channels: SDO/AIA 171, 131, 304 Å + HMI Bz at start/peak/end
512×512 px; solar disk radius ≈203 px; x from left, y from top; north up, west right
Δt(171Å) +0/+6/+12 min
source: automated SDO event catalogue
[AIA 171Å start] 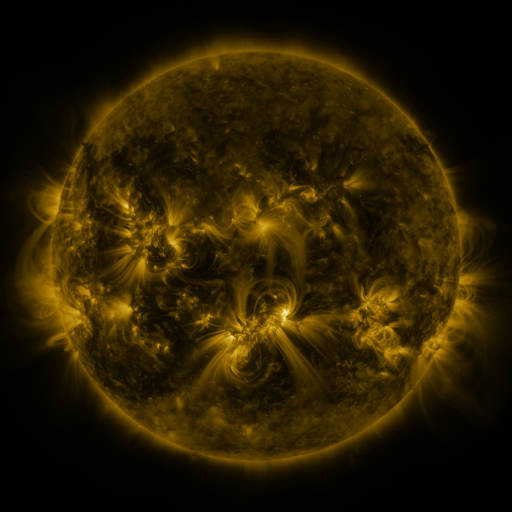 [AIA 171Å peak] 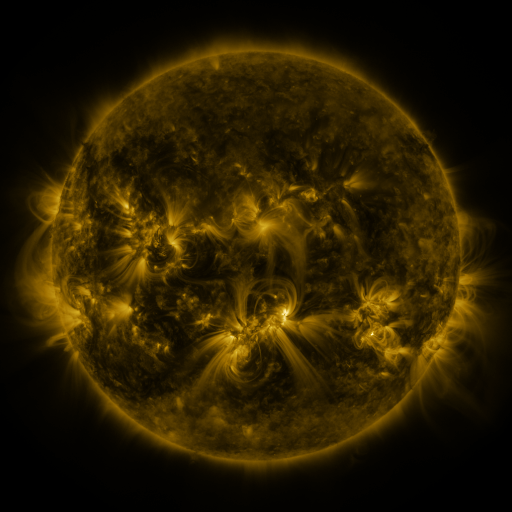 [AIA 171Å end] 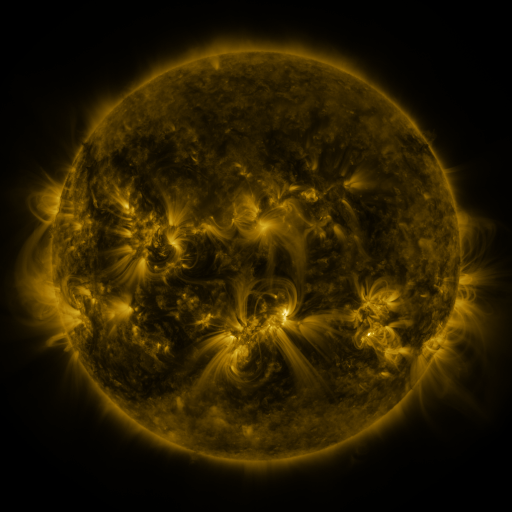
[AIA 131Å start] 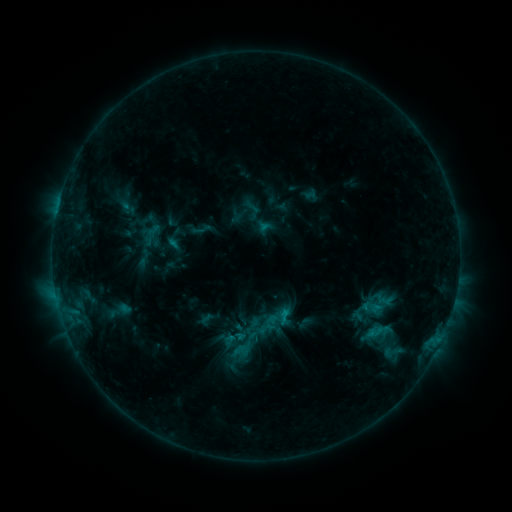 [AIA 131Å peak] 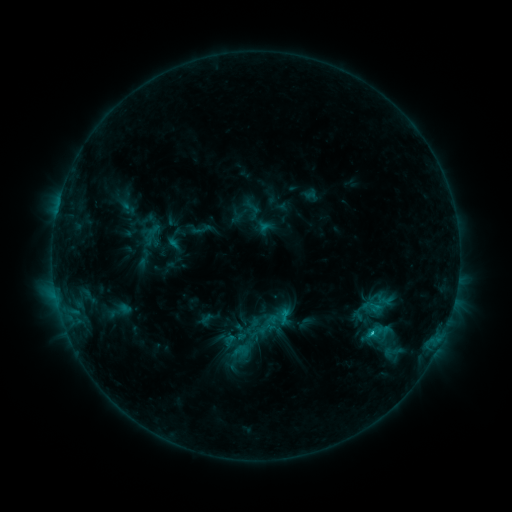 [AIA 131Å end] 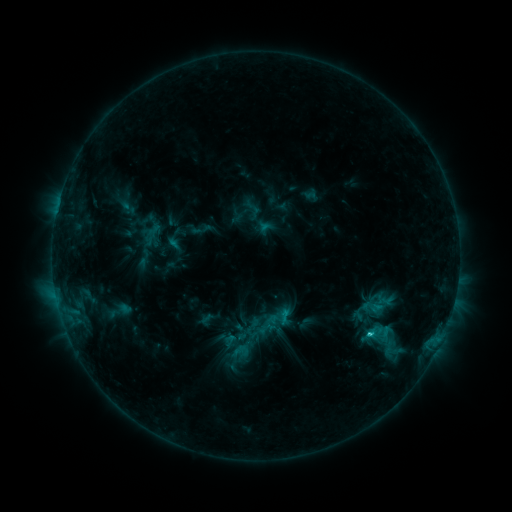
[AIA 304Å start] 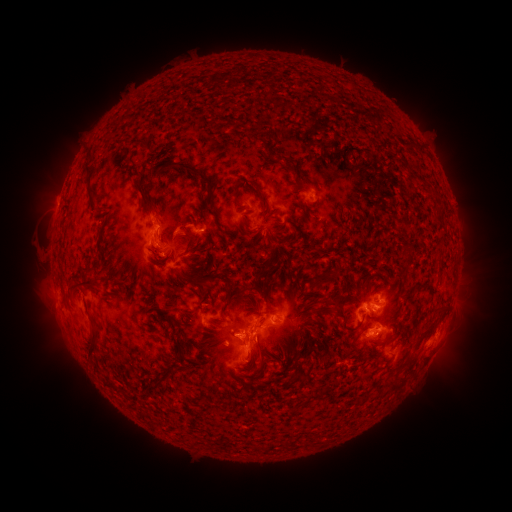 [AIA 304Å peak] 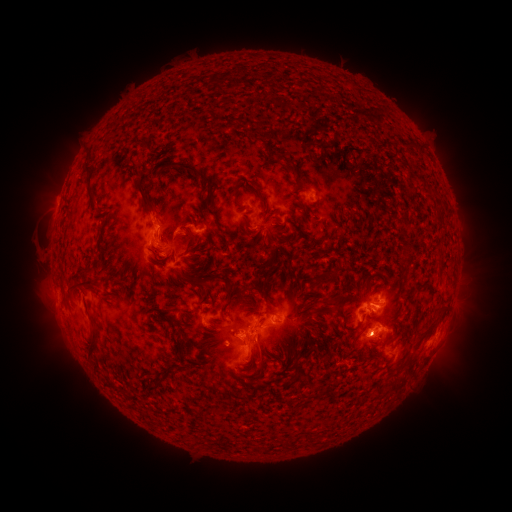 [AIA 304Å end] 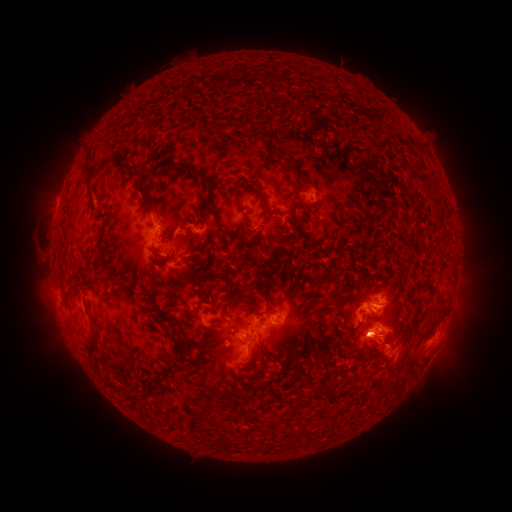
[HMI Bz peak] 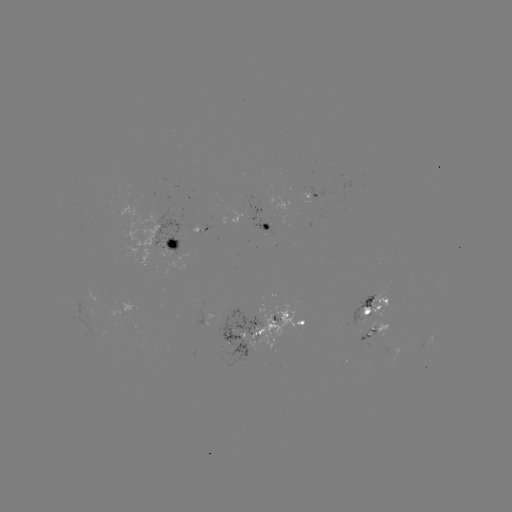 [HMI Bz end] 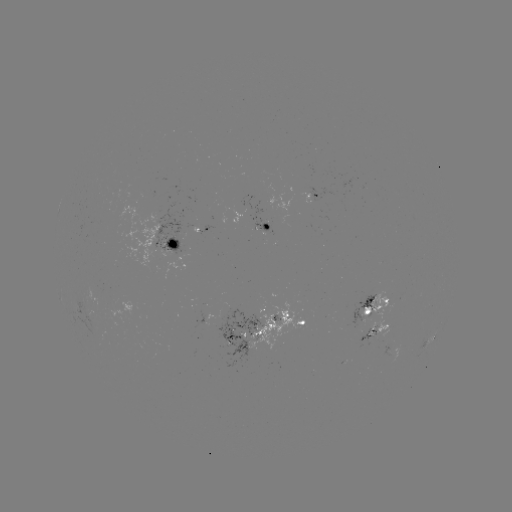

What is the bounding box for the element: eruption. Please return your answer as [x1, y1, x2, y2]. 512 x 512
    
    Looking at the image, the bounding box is [337, 318, 411, 373].